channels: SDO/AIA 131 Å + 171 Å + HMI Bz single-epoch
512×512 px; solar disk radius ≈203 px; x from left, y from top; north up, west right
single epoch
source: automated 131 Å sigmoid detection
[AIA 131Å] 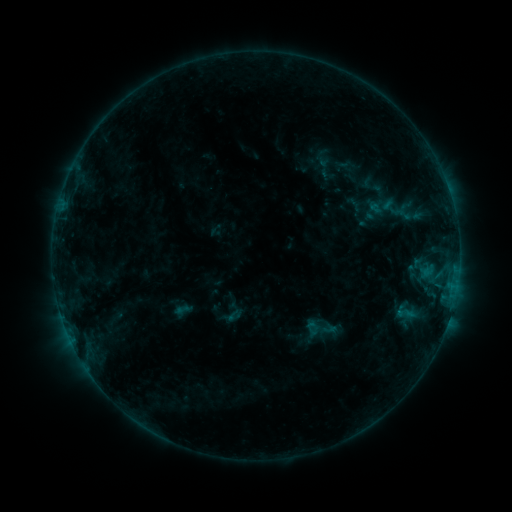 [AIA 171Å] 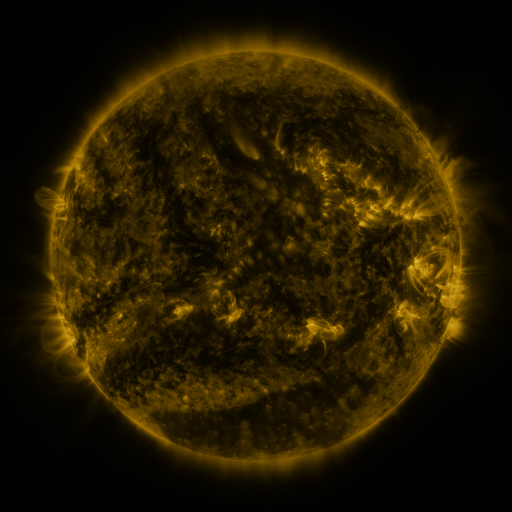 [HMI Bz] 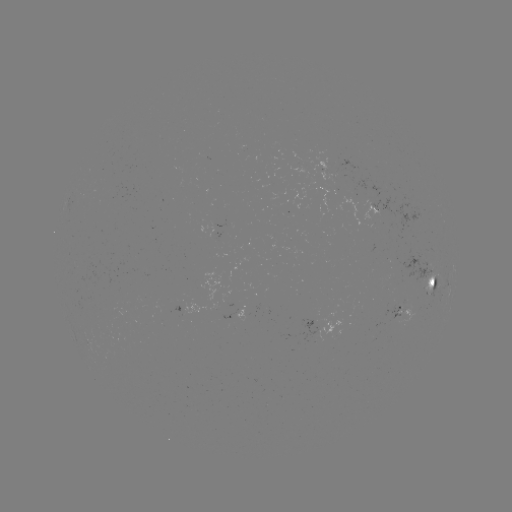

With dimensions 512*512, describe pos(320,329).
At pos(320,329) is sigmoid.